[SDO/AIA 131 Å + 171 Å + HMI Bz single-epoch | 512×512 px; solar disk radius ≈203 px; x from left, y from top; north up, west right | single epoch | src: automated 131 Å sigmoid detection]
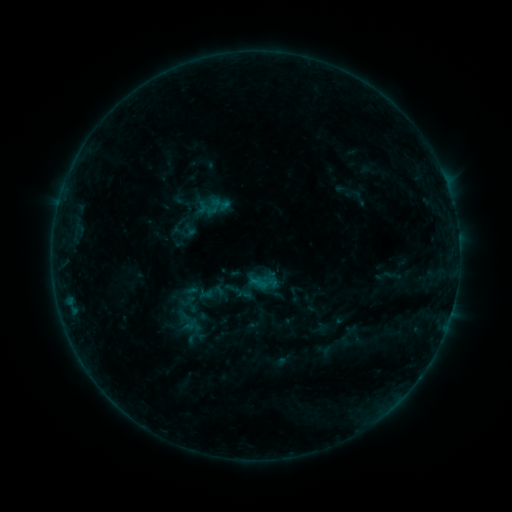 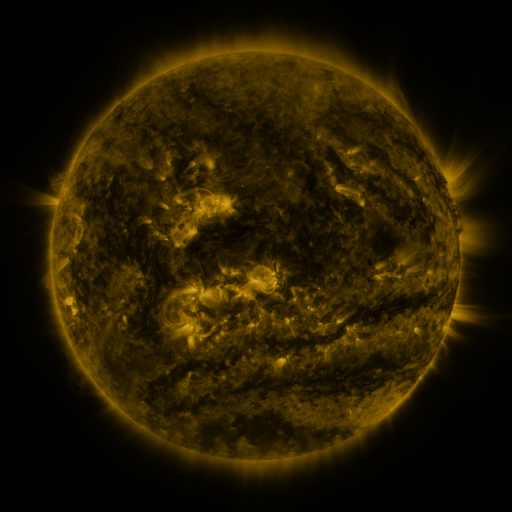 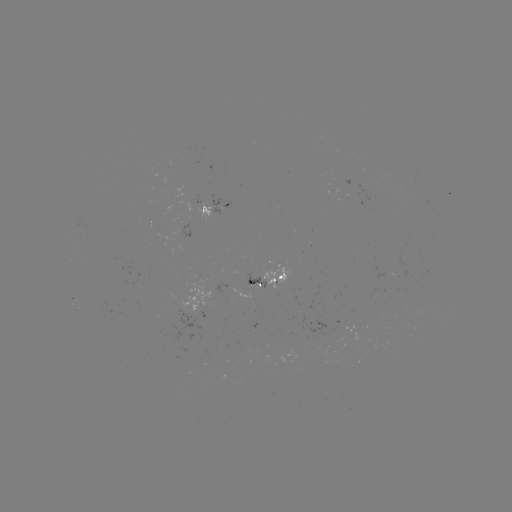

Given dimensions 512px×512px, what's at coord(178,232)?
sigmoid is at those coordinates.